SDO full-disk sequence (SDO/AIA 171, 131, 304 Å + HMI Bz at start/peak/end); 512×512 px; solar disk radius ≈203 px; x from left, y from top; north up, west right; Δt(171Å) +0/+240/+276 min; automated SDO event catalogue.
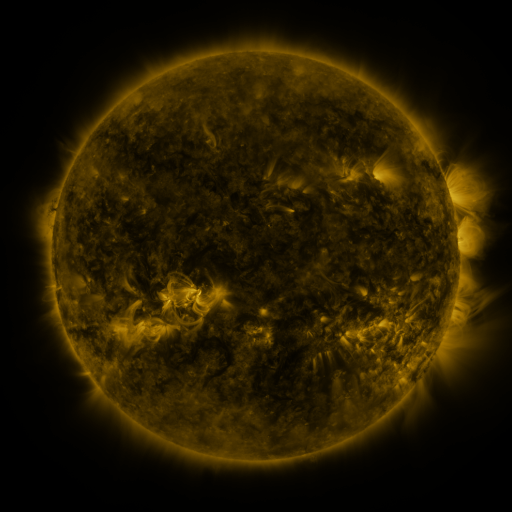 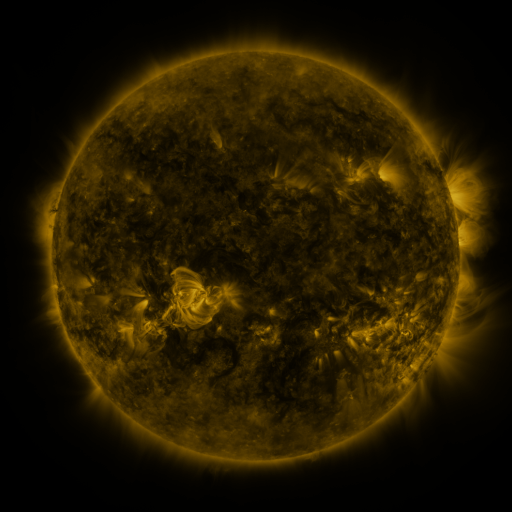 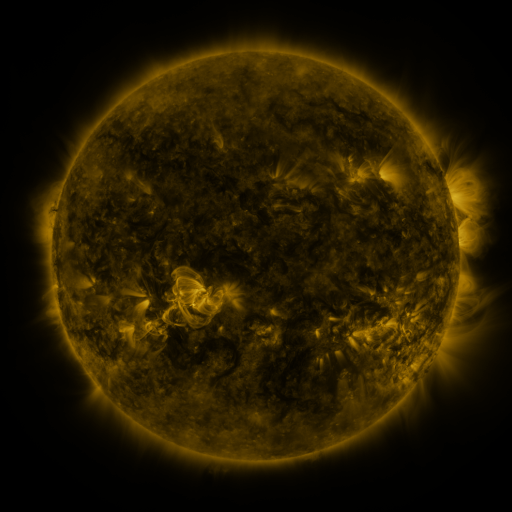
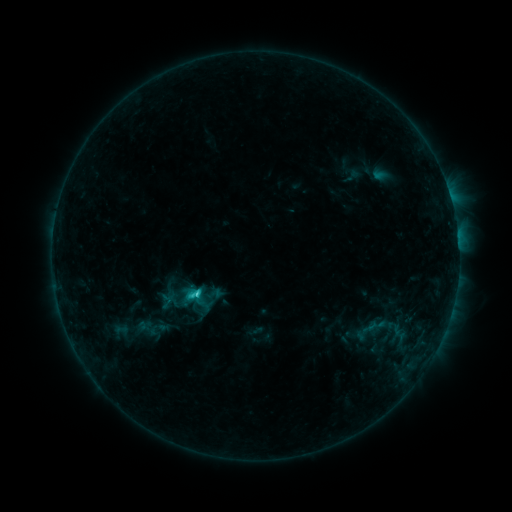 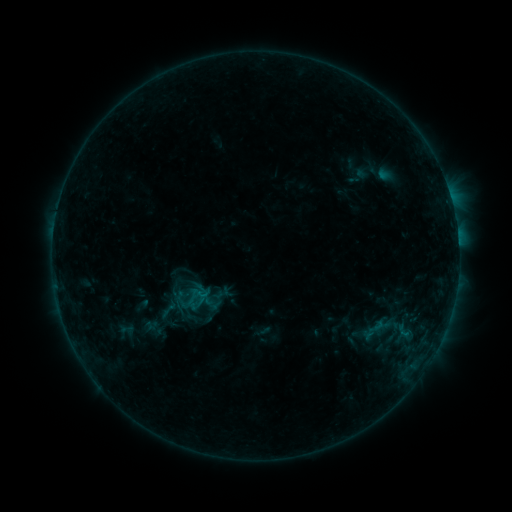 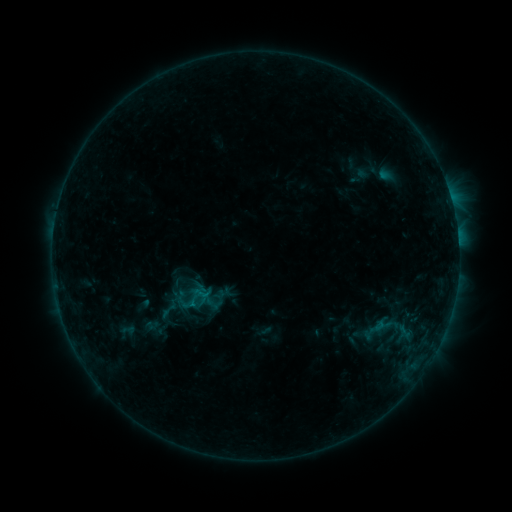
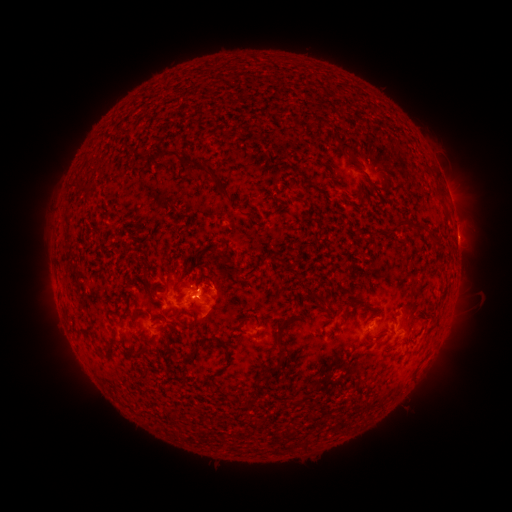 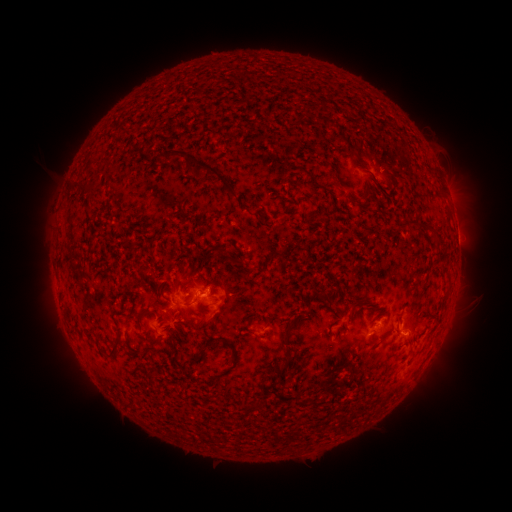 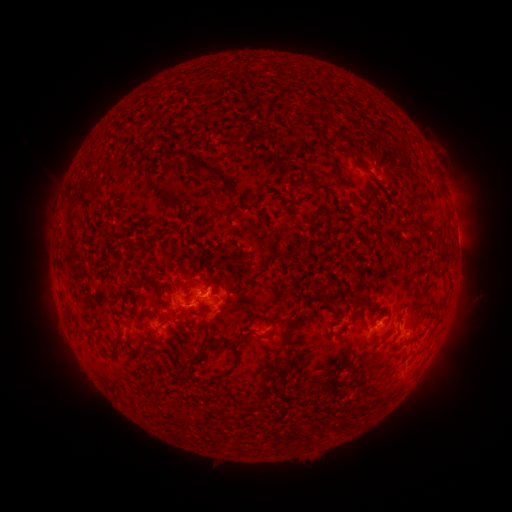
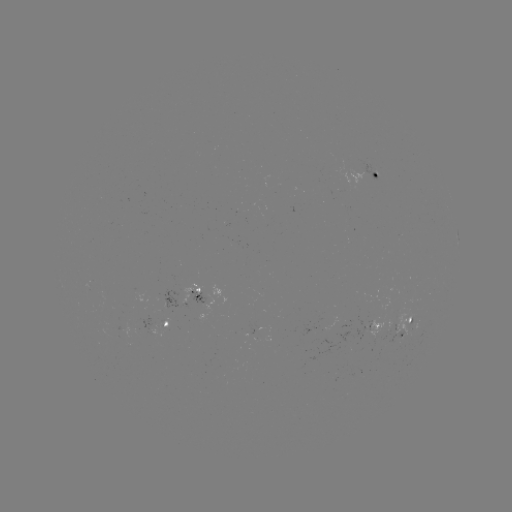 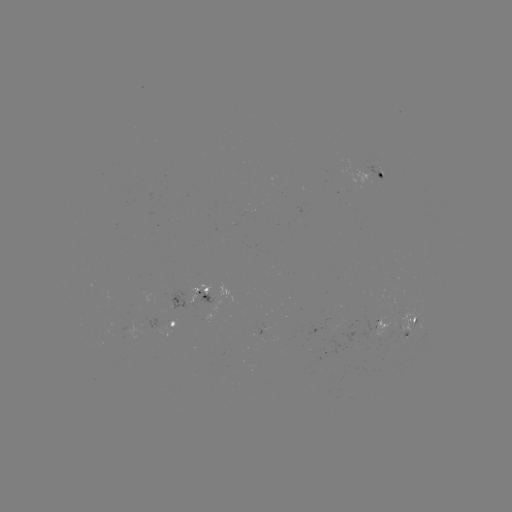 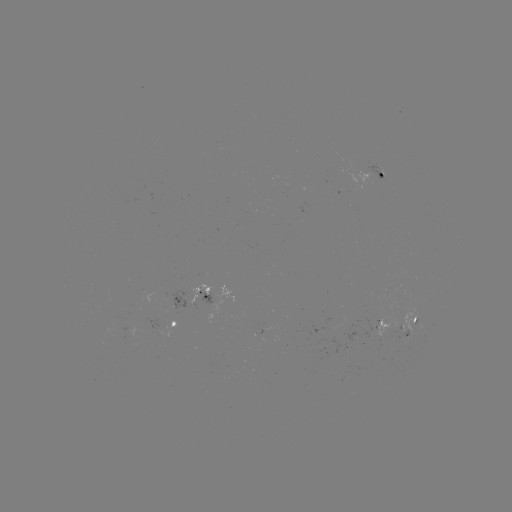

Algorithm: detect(emerging-flux region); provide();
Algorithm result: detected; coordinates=378,323